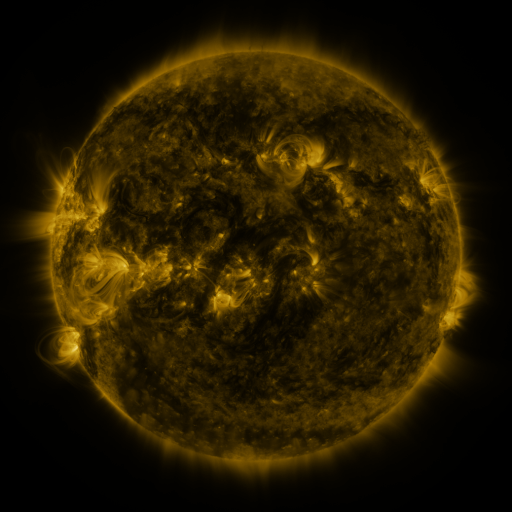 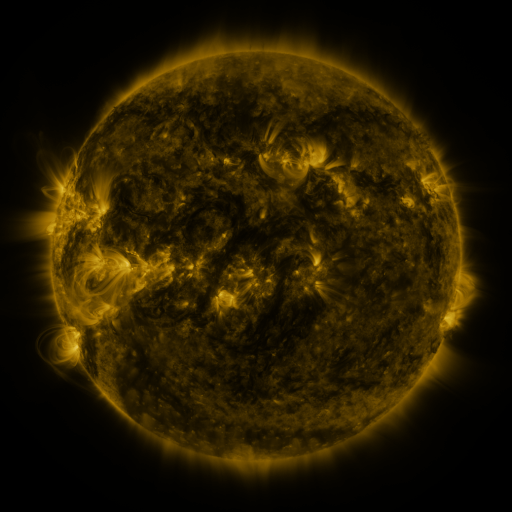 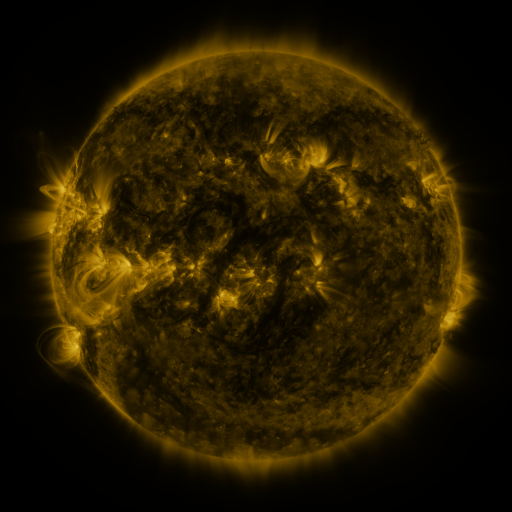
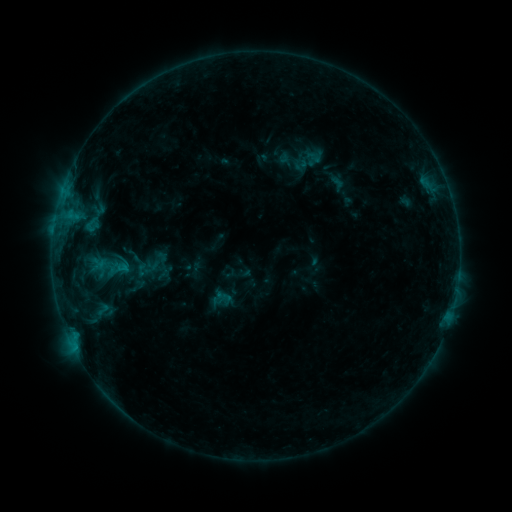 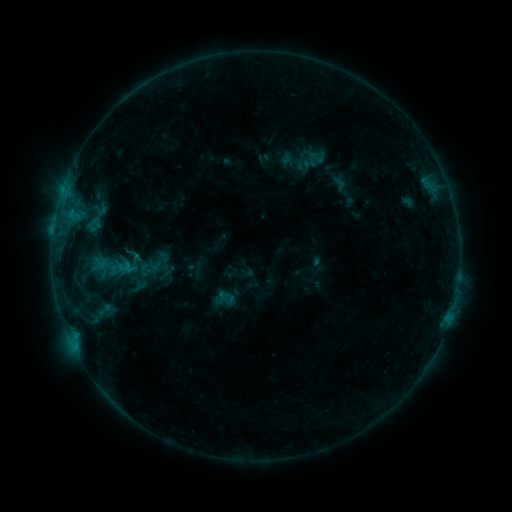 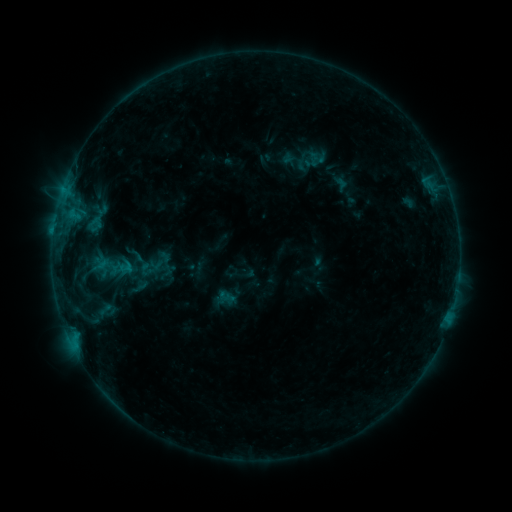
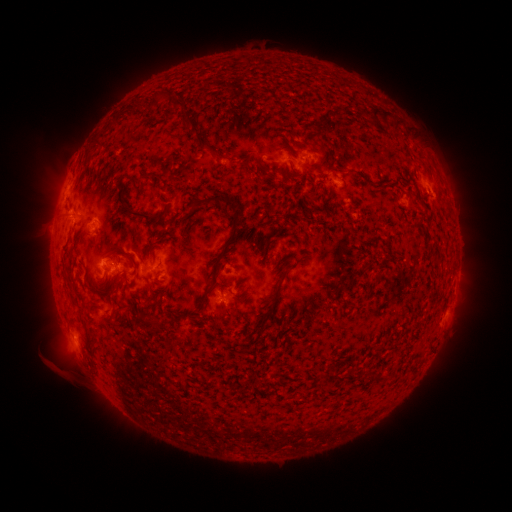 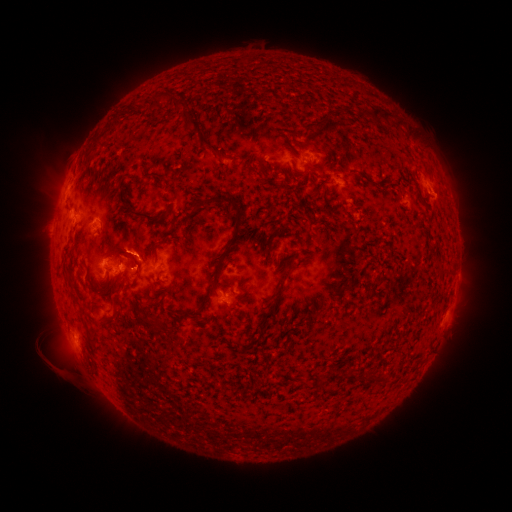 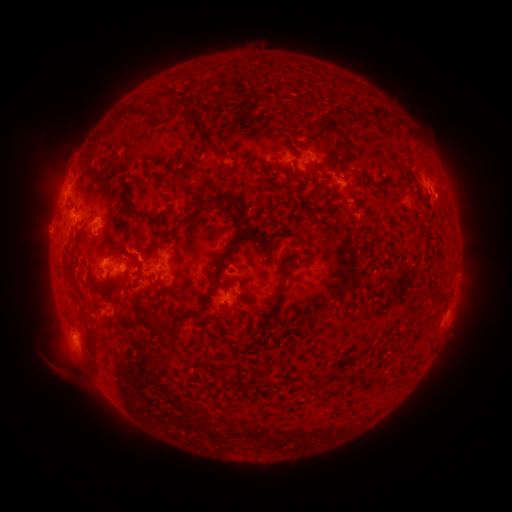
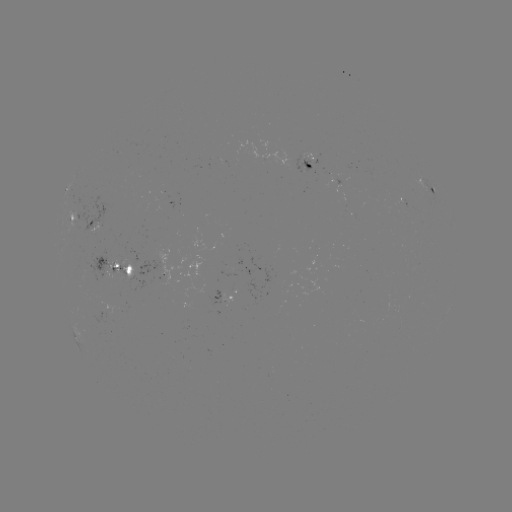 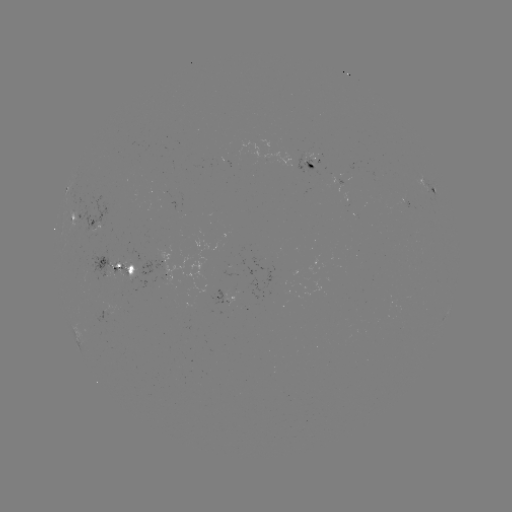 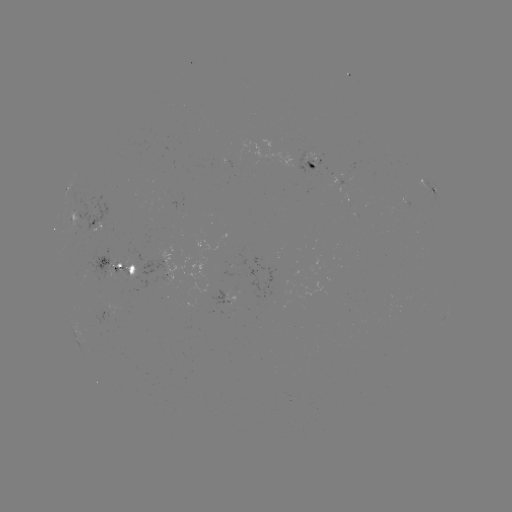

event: emerging-flux region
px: (344, 188)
